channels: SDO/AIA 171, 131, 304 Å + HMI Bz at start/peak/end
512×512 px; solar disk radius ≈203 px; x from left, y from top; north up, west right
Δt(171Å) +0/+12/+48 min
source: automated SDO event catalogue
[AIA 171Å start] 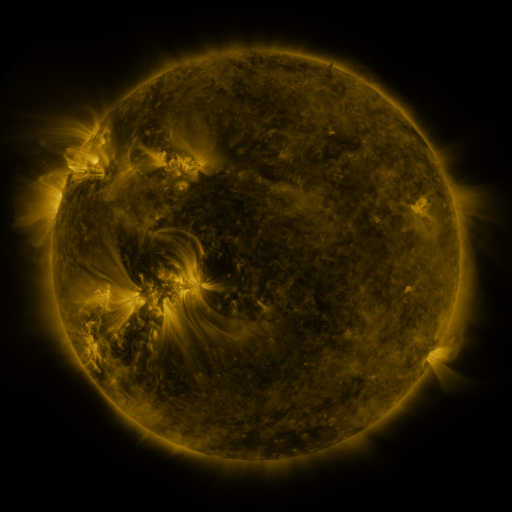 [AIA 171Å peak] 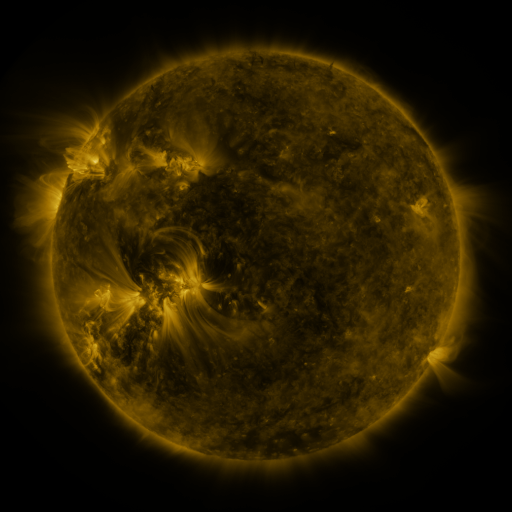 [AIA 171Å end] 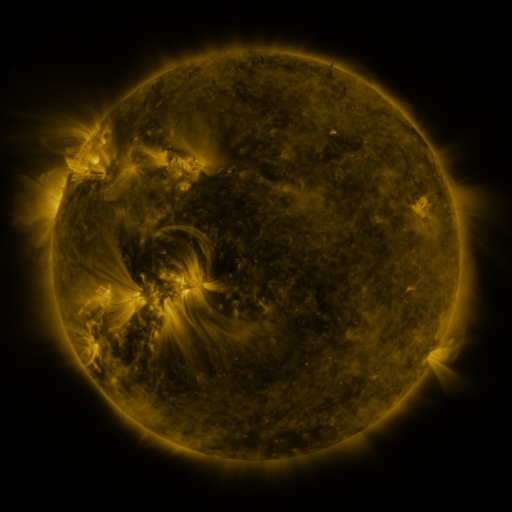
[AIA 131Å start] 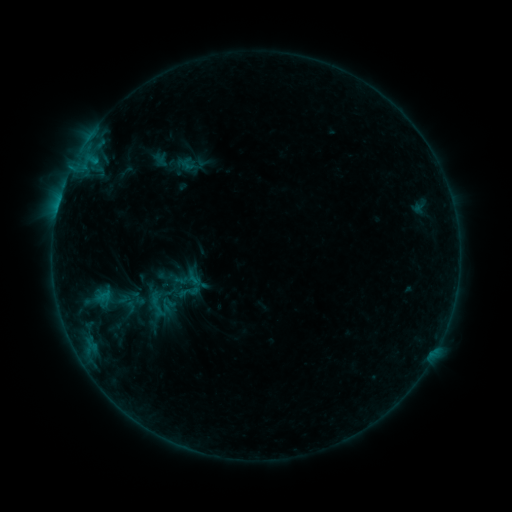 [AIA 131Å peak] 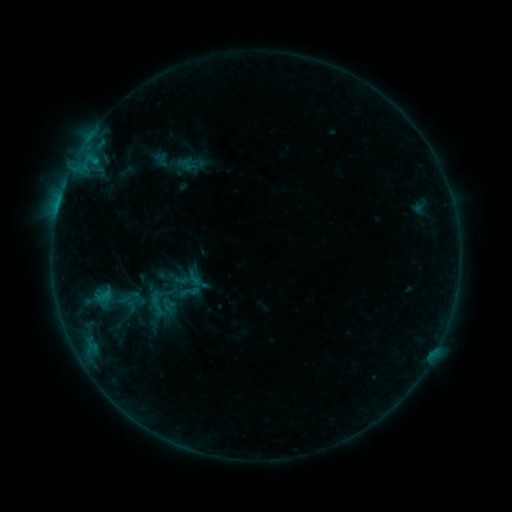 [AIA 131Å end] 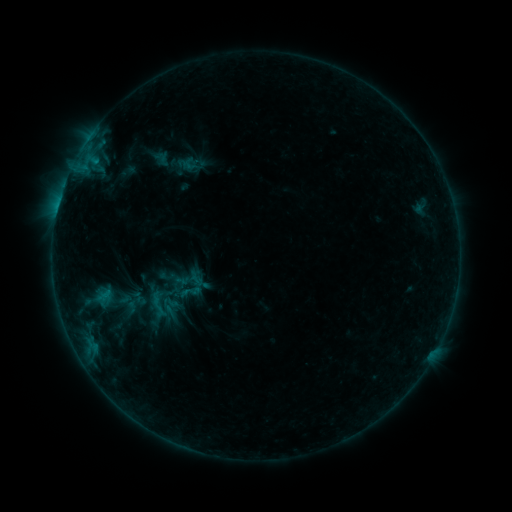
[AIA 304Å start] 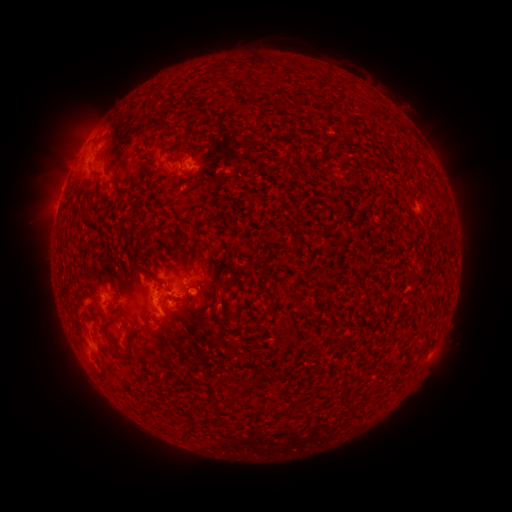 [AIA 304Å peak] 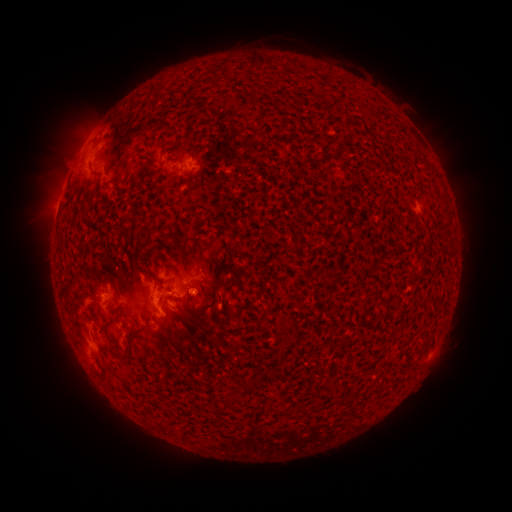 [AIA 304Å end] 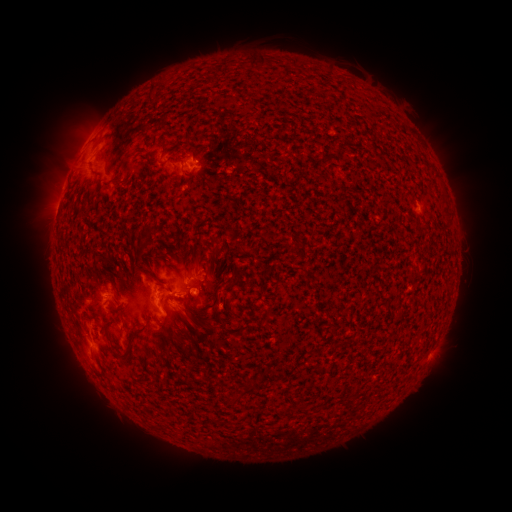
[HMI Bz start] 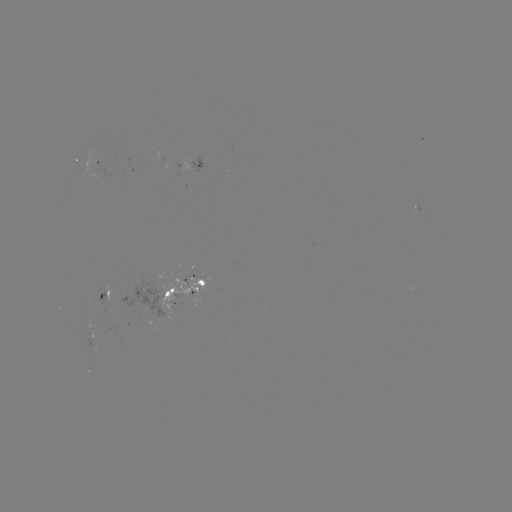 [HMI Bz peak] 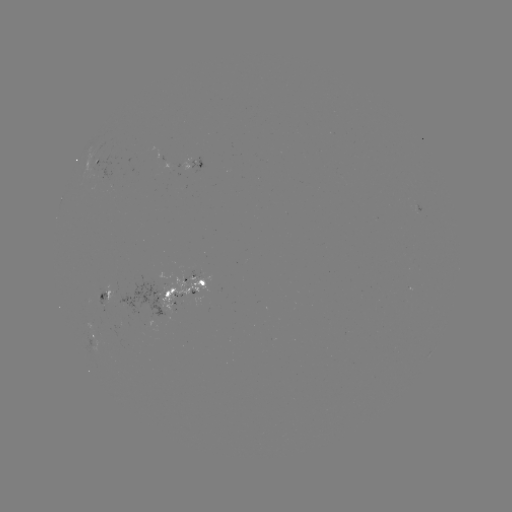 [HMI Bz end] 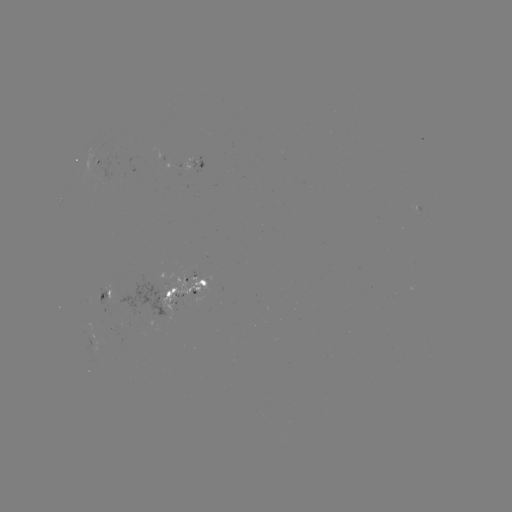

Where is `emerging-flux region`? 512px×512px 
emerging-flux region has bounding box [99, 303, 109, 313].